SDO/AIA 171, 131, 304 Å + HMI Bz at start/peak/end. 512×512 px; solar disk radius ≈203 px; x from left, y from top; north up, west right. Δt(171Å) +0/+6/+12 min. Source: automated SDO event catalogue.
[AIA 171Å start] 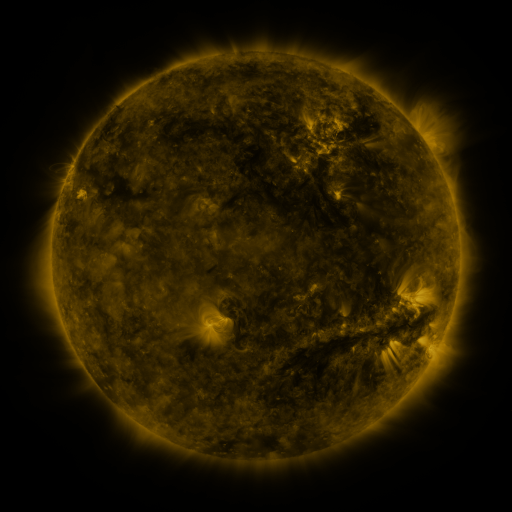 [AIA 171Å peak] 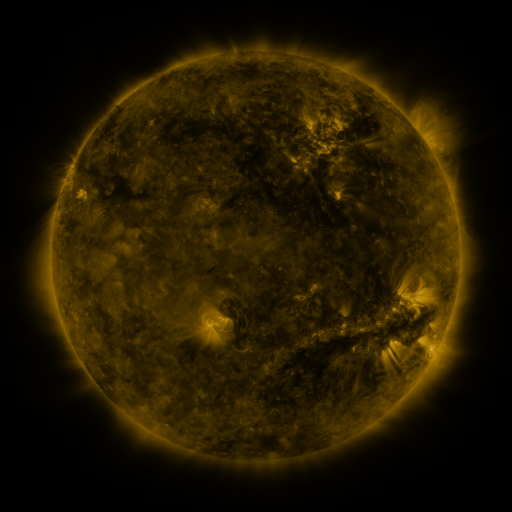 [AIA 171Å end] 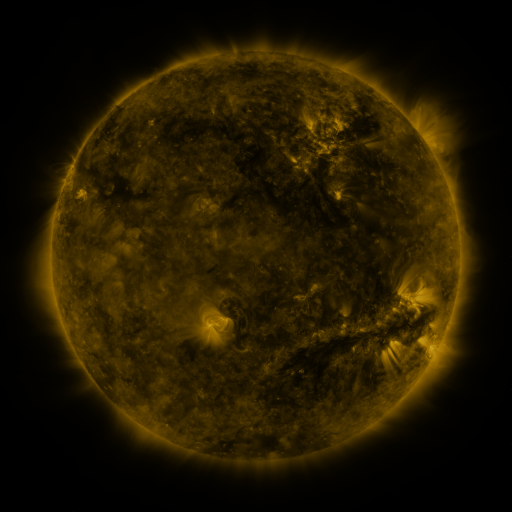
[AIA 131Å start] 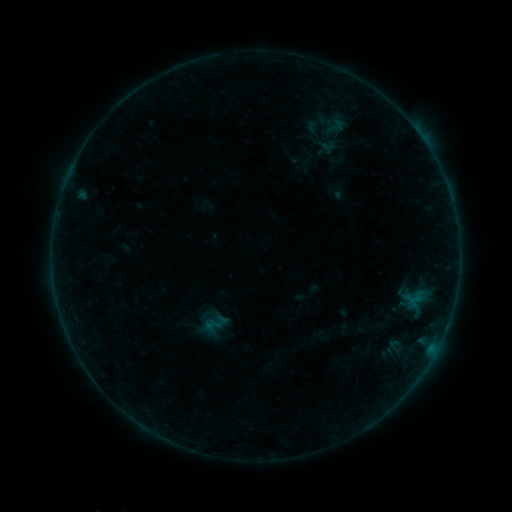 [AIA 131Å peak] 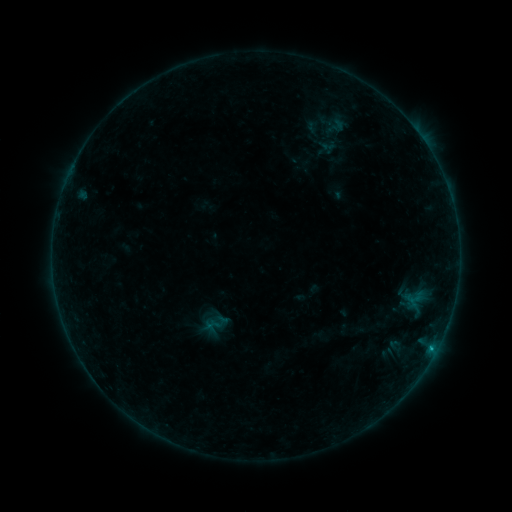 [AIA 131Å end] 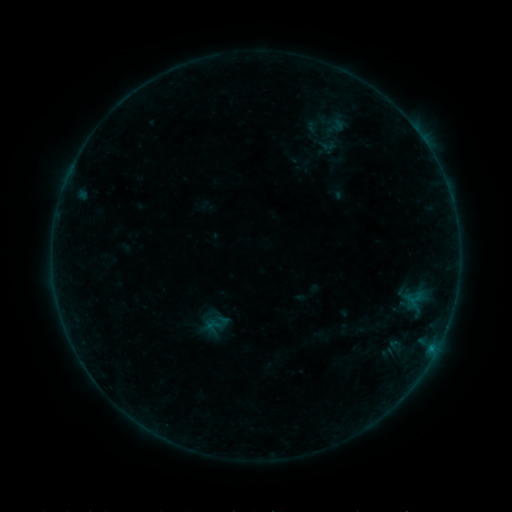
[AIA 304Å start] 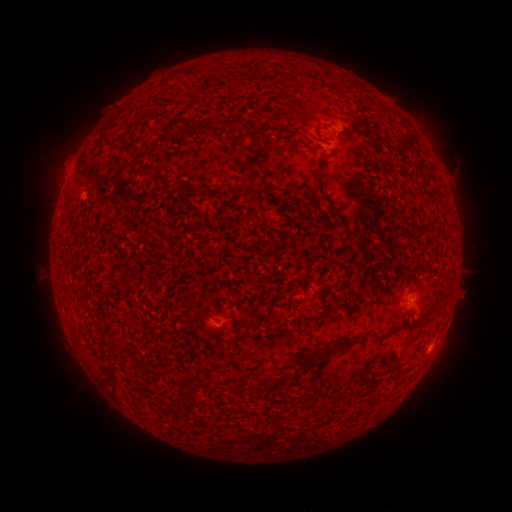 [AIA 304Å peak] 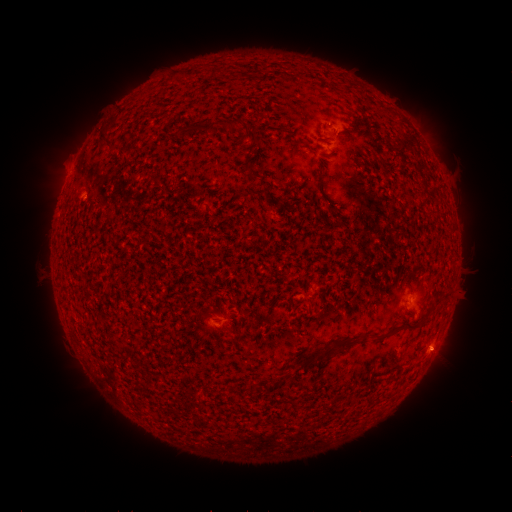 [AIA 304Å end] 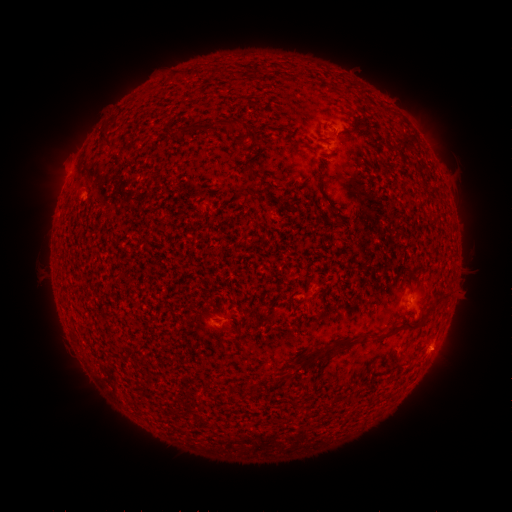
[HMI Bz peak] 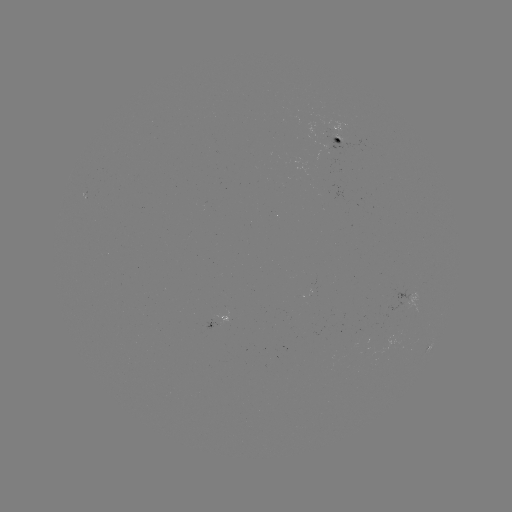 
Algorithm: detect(B2.5 flare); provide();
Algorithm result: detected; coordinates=[430, 348]